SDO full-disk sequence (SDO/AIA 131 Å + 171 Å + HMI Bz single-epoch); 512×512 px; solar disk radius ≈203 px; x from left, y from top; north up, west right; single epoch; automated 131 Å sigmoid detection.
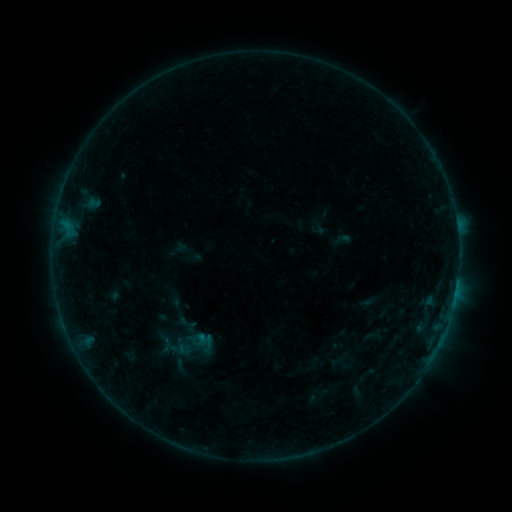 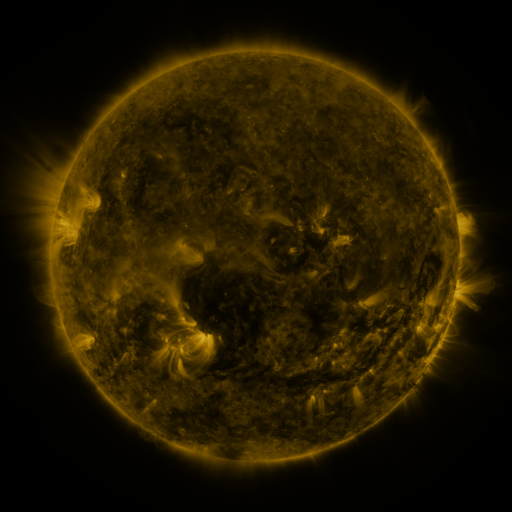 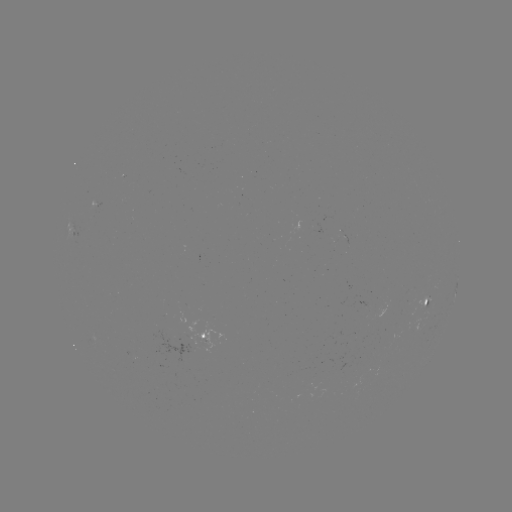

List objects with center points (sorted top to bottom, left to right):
sigmoid: (190, 345)
